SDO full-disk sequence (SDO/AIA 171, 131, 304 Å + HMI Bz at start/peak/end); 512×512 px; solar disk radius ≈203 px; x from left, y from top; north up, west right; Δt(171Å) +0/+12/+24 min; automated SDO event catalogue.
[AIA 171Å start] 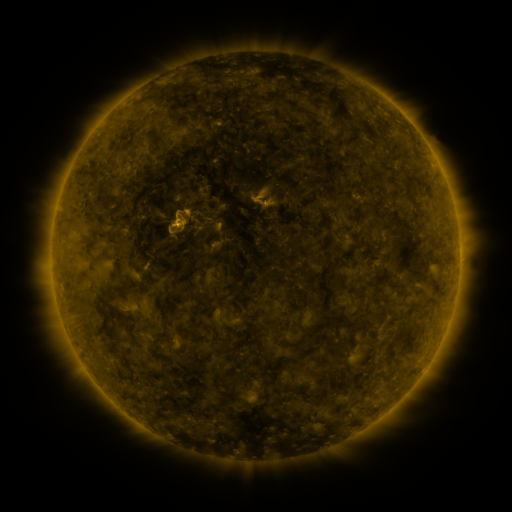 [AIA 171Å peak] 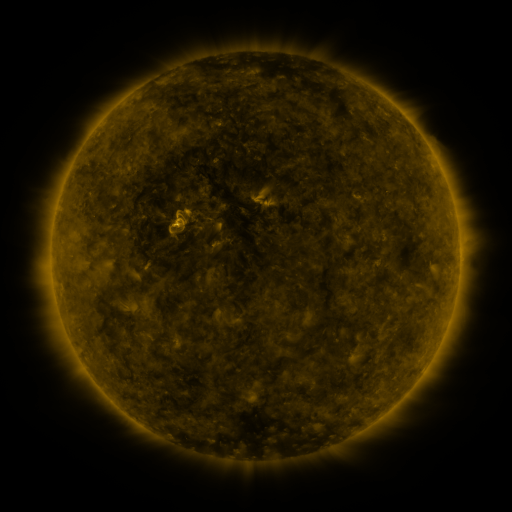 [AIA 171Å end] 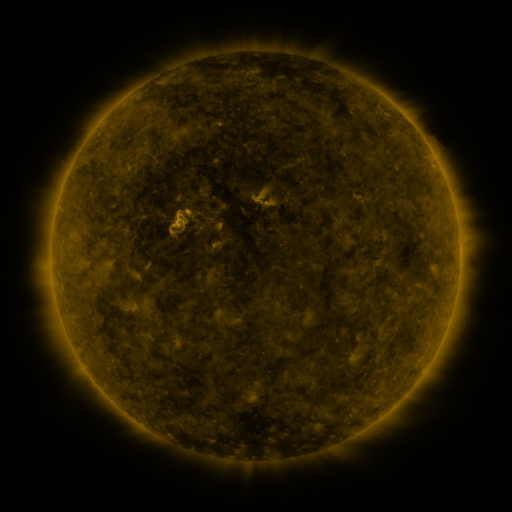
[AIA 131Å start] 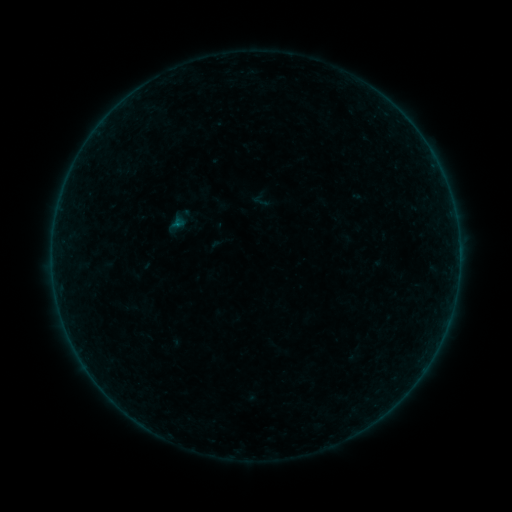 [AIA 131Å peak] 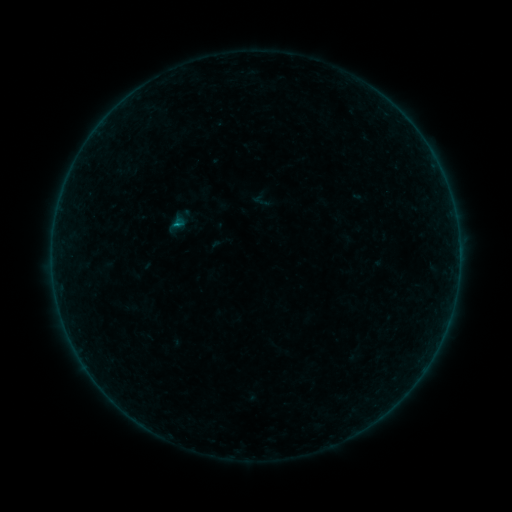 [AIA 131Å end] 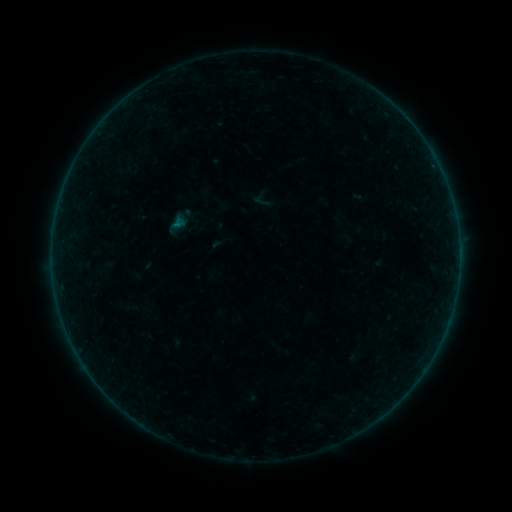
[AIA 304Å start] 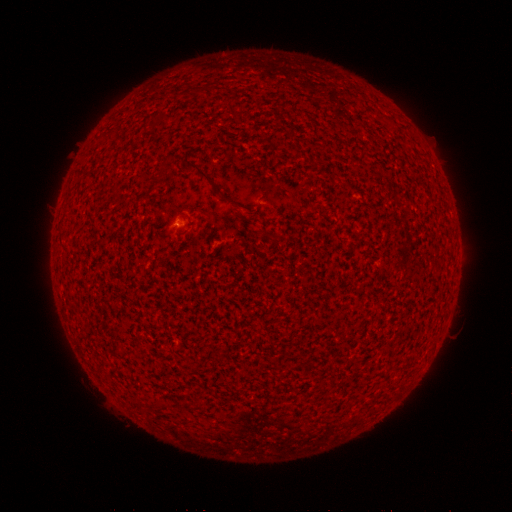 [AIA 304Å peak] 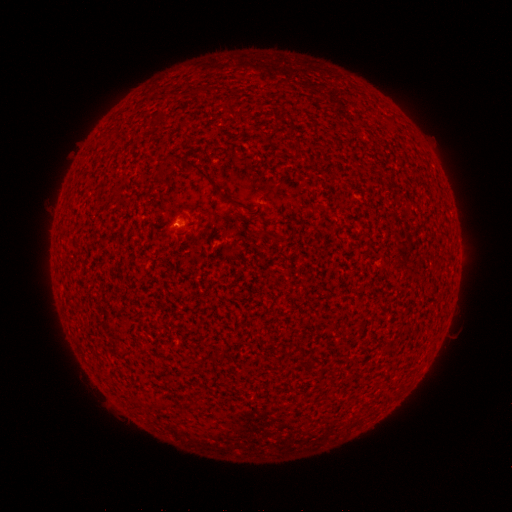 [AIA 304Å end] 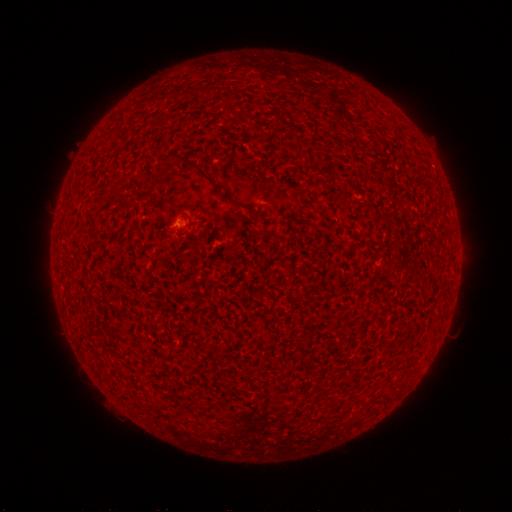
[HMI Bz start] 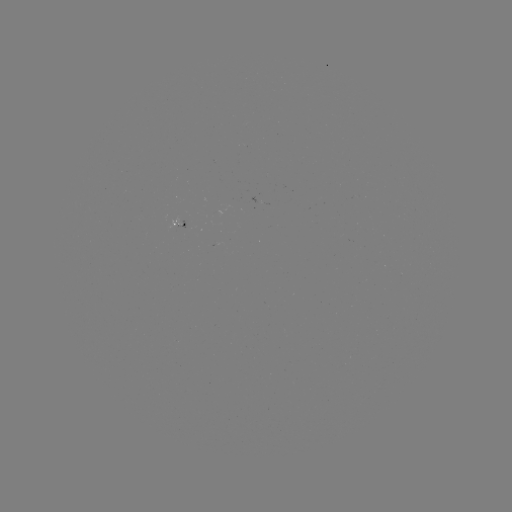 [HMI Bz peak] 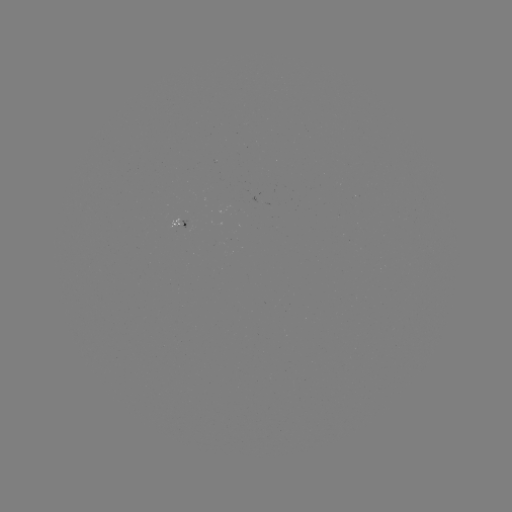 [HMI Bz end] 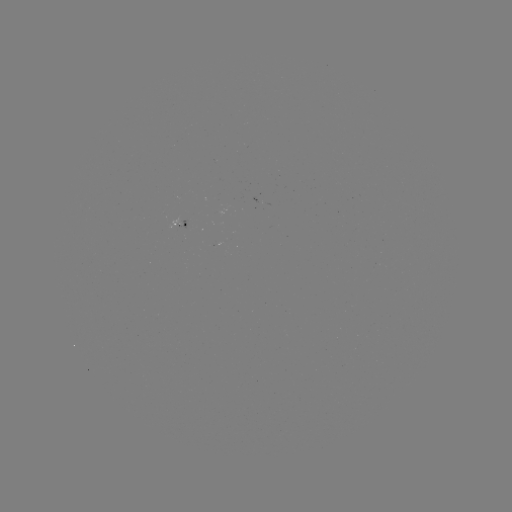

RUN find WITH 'B1.7 flare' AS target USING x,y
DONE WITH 179,225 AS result